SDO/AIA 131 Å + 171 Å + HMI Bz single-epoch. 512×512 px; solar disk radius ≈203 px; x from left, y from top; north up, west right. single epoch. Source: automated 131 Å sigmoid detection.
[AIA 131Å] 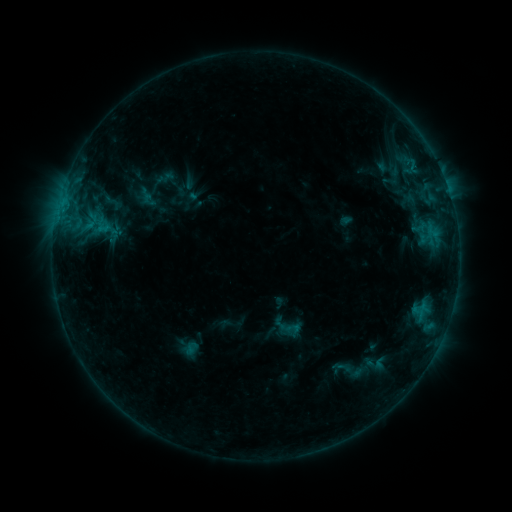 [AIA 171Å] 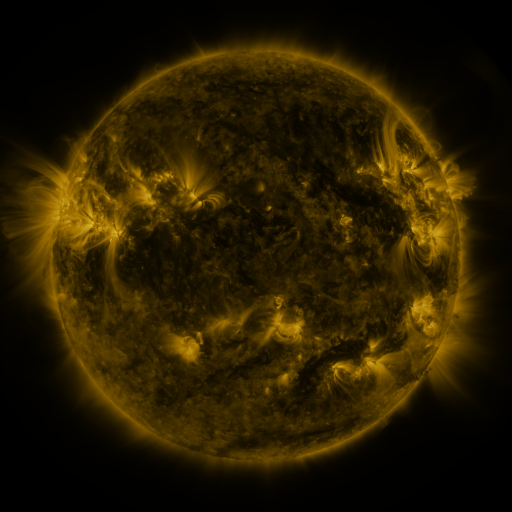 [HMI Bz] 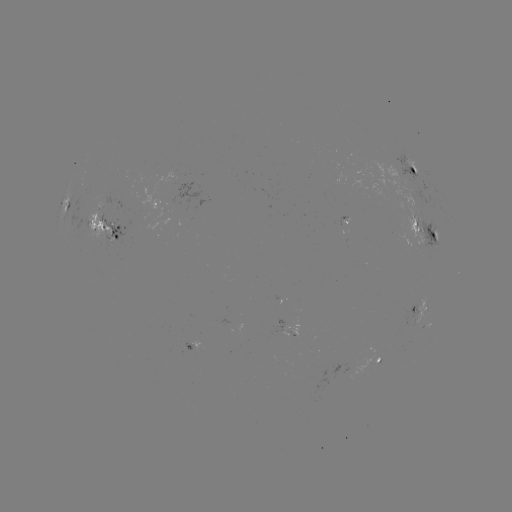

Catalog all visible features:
sigmoid: (112, 202)
sigmoid: (287, 327)
